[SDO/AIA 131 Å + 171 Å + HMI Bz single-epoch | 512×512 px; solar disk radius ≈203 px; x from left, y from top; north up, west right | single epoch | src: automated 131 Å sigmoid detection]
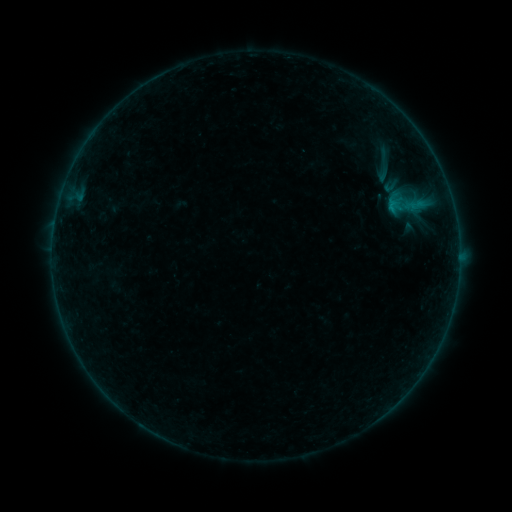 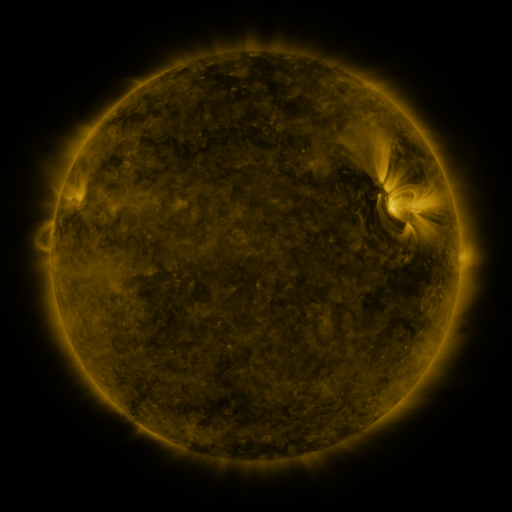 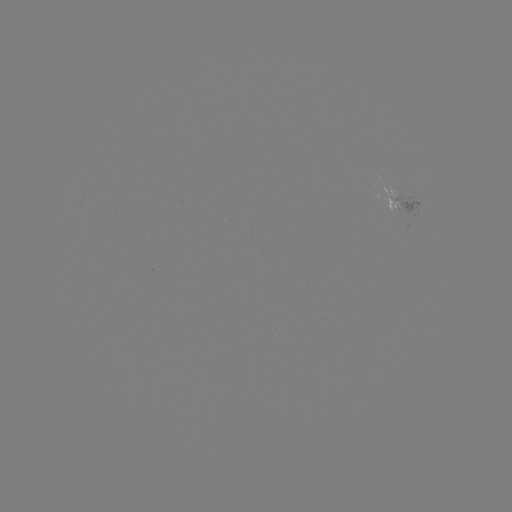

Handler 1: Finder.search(sigmoid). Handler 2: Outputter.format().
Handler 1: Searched sigmoid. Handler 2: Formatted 387,165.